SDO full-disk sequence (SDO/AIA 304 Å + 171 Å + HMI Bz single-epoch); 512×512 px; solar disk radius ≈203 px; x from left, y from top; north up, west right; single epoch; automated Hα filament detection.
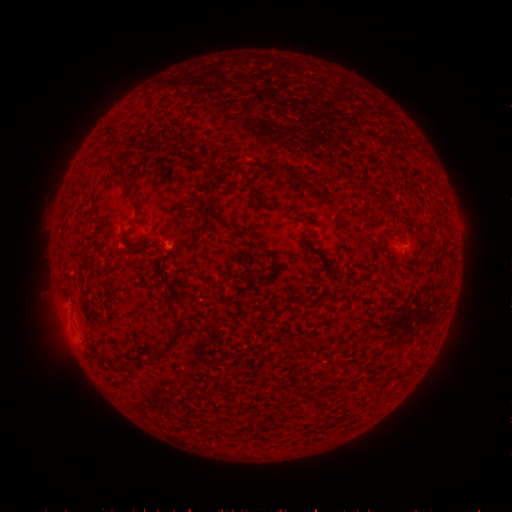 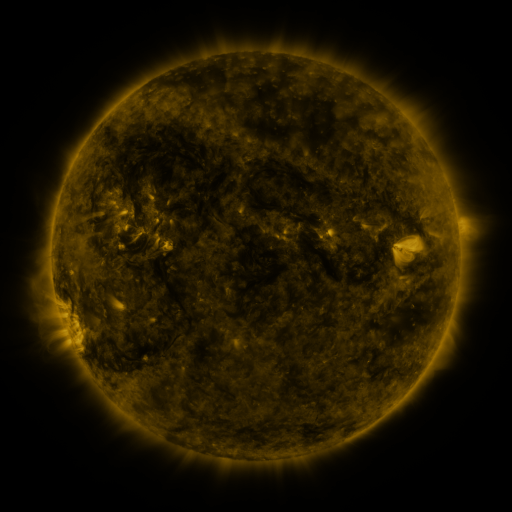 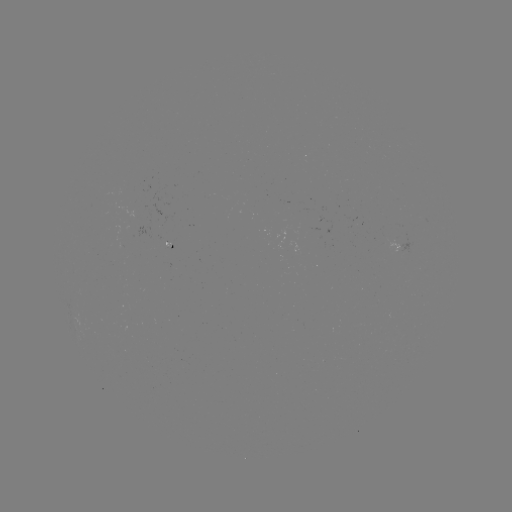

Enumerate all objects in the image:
filament: (216, 159)
filament: (126, 178)
filament: (218, 218)
filament: (388, 232)
filament: (175, 311)
filament: (167, 345)
filament: (398, 374)
filament: (315, 417)
